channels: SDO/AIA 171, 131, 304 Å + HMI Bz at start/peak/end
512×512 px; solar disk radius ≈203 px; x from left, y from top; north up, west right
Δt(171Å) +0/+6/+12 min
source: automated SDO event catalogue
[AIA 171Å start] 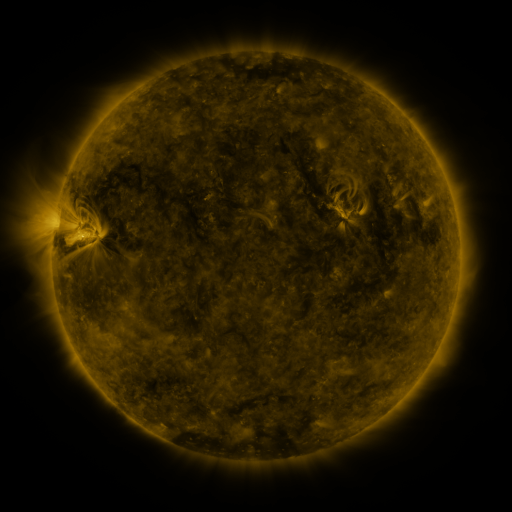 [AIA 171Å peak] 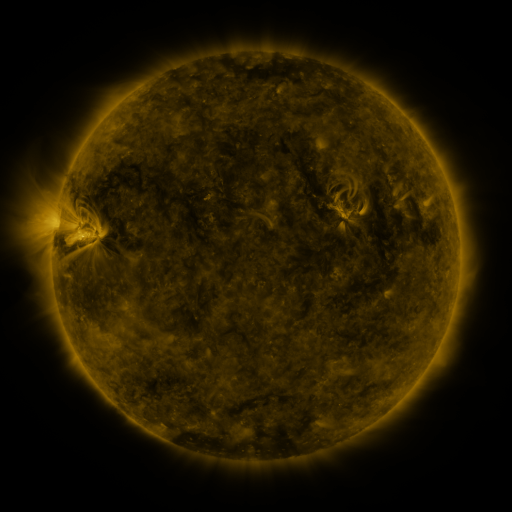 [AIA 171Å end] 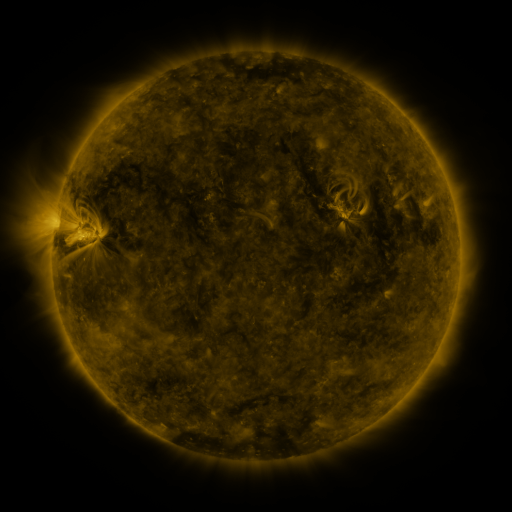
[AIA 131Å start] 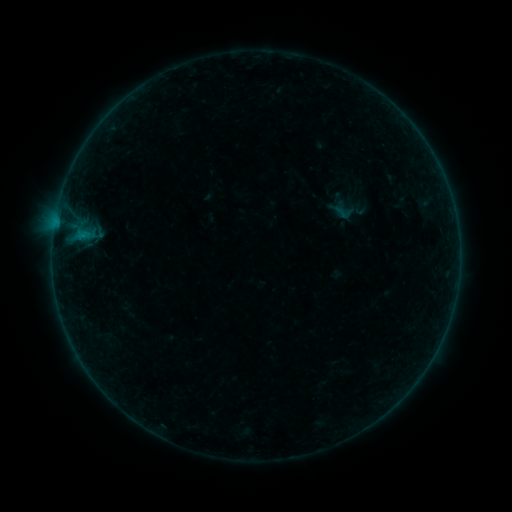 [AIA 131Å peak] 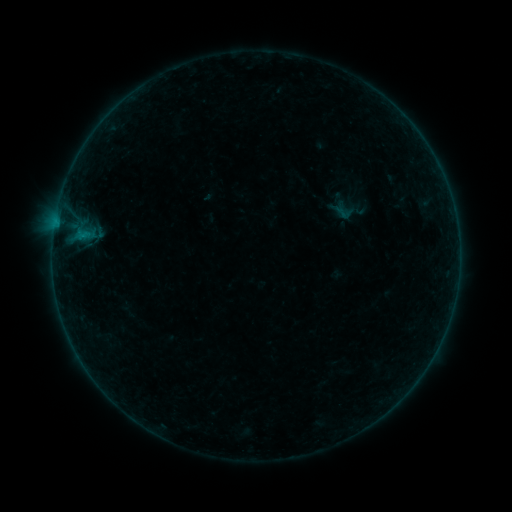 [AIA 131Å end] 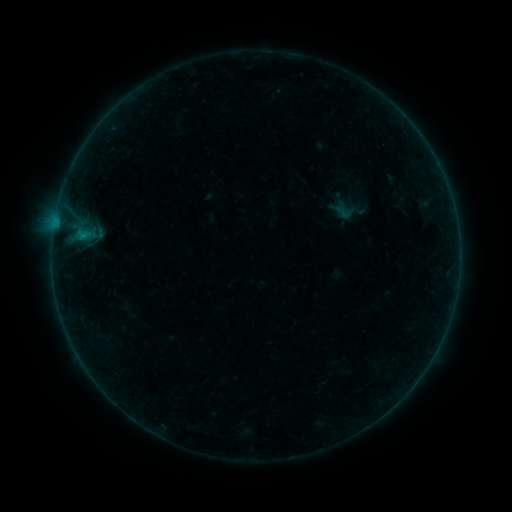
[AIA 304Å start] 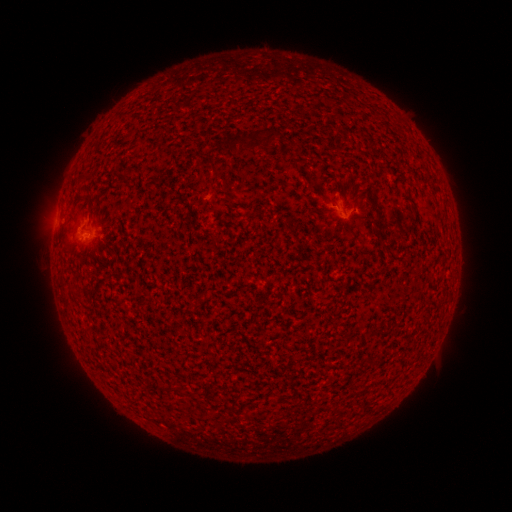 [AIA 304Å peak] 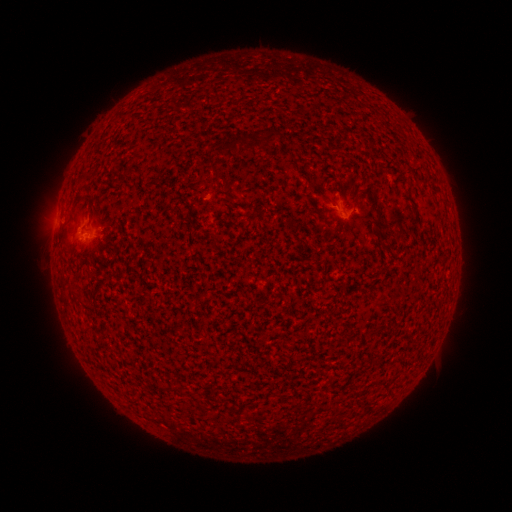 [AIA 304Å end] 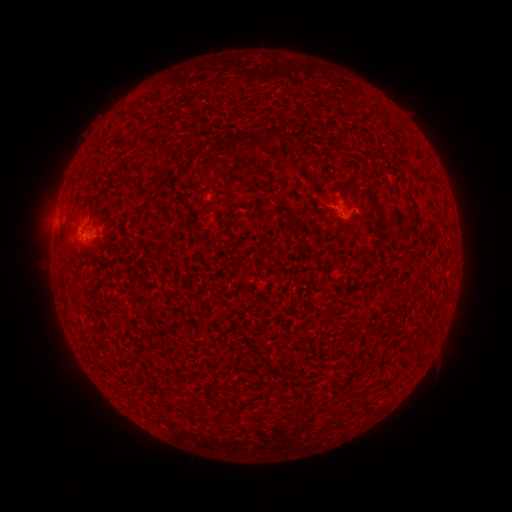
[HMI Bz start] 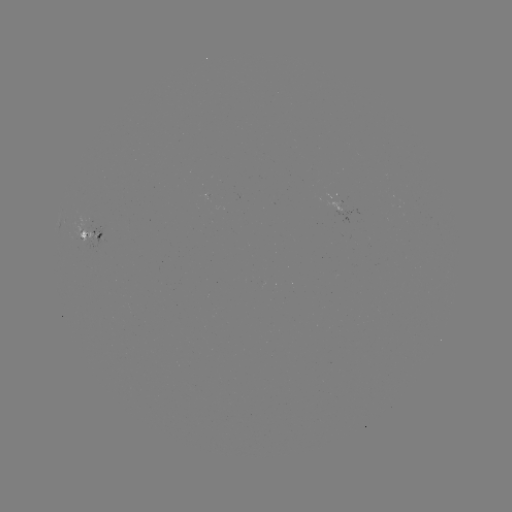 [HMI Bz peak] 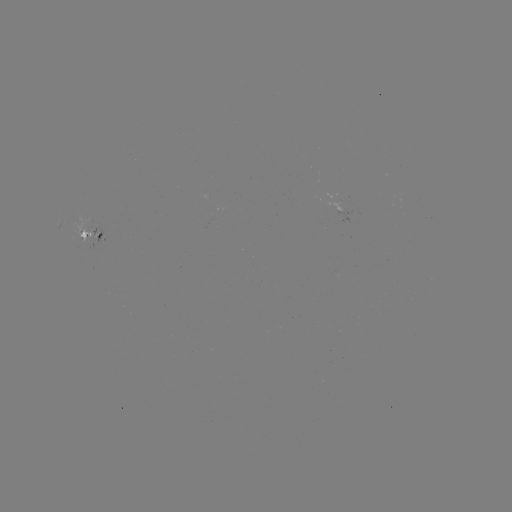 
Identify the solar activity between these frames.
no flare in any classed list; no EUV-trigger detection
